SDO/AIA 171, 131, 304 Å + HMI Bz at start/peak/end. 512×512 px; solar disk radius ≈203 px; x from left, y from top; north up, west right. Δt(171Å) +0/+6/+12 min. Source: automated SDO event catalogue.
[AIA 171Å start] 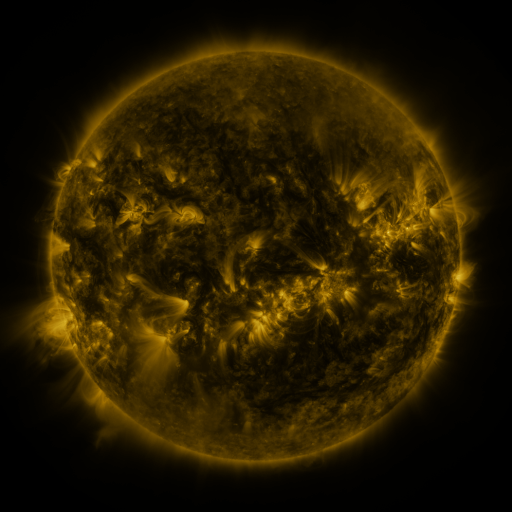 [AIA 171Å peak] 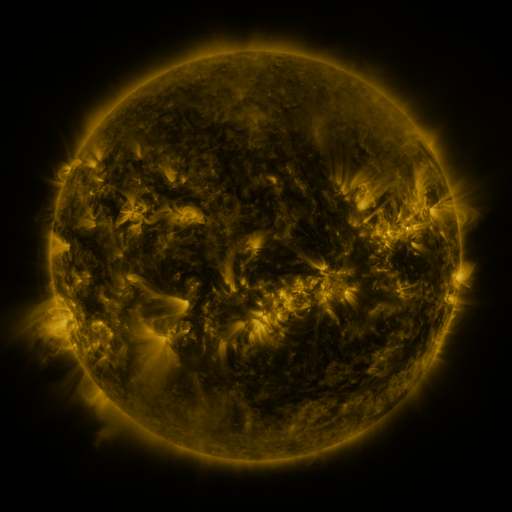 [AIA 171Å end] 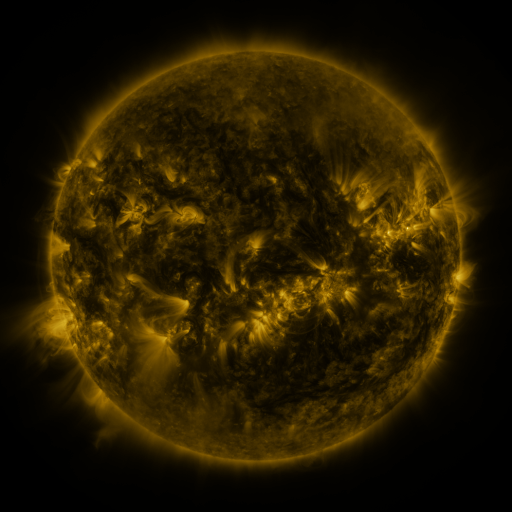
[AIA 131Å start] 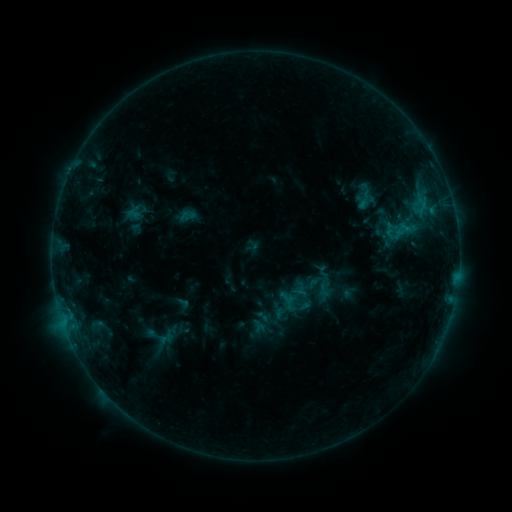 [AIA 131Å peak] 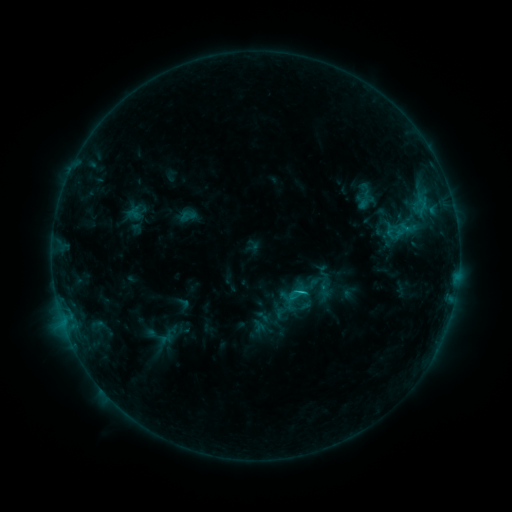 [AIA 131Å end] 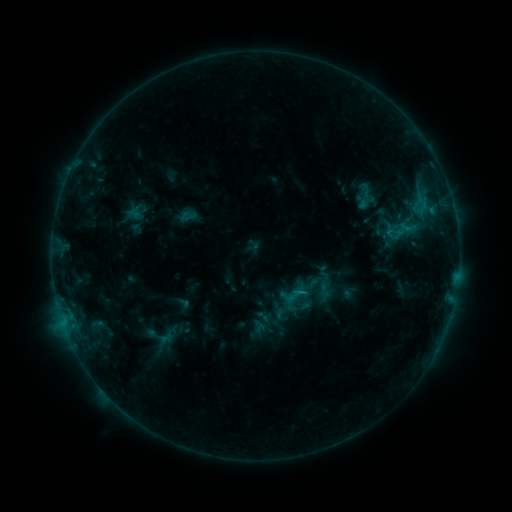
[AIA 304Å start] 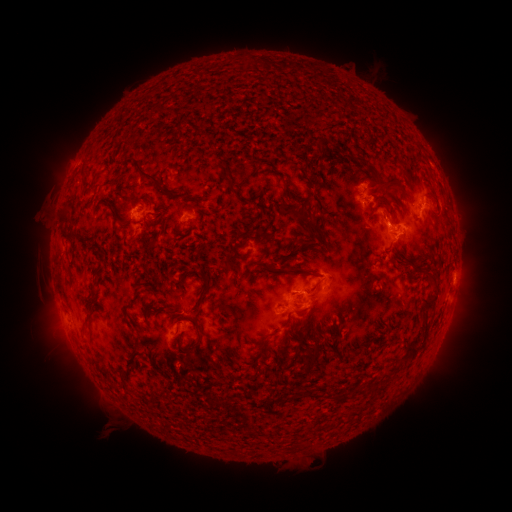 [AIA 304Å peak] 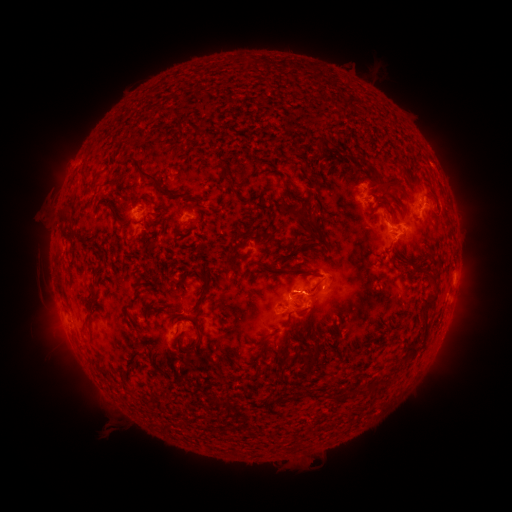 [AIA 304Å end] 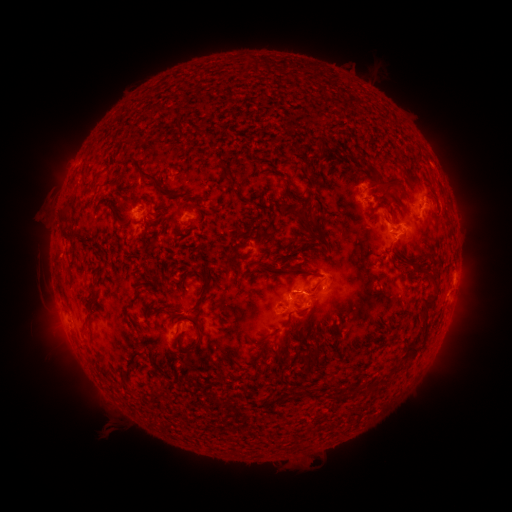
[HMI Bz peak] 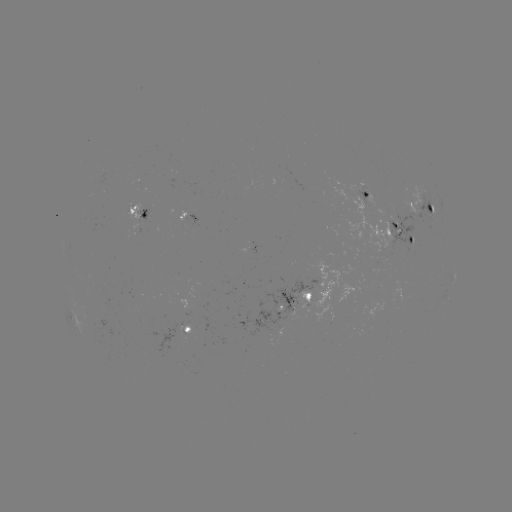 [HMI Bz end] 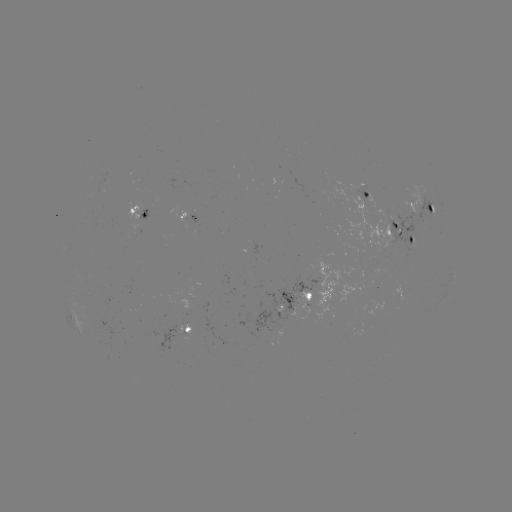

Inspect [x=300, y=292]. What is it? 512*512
C1.0 flare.